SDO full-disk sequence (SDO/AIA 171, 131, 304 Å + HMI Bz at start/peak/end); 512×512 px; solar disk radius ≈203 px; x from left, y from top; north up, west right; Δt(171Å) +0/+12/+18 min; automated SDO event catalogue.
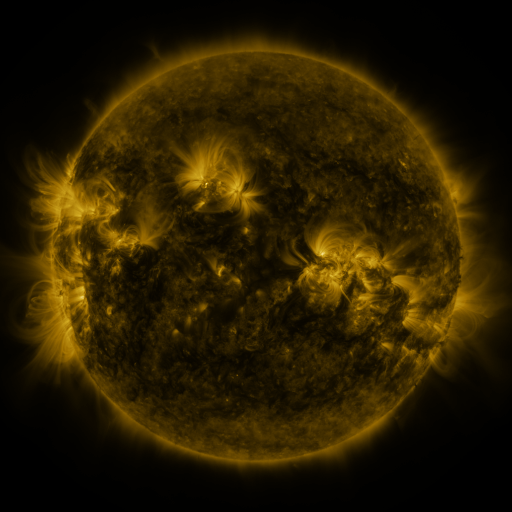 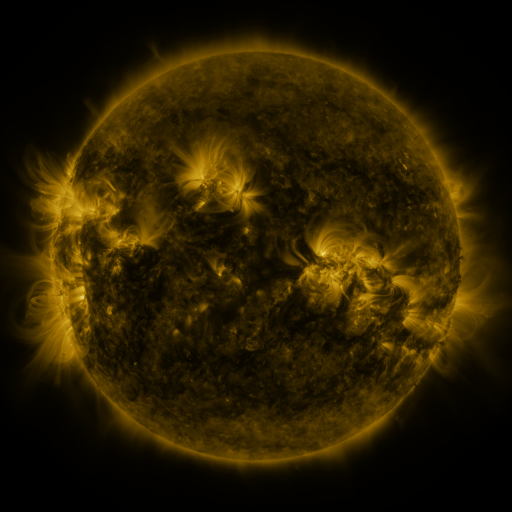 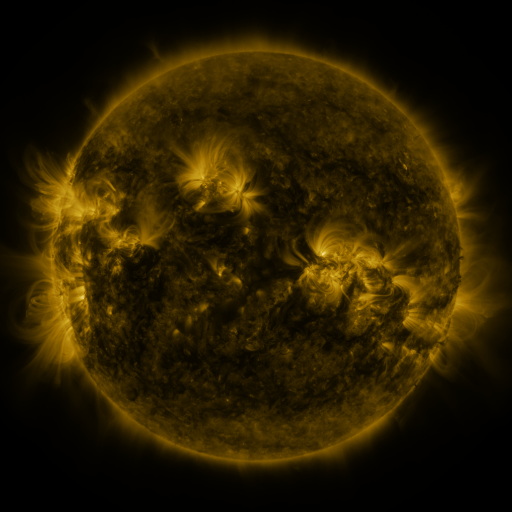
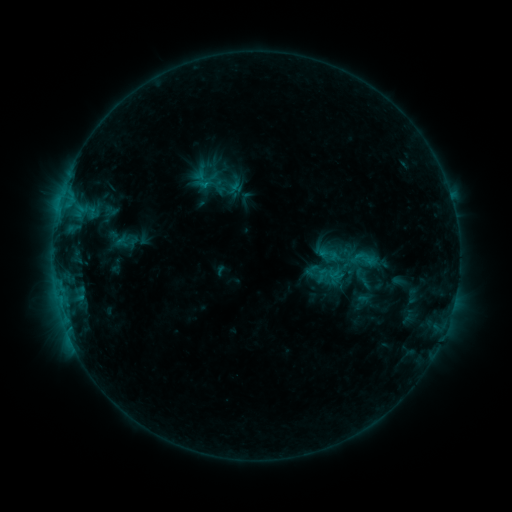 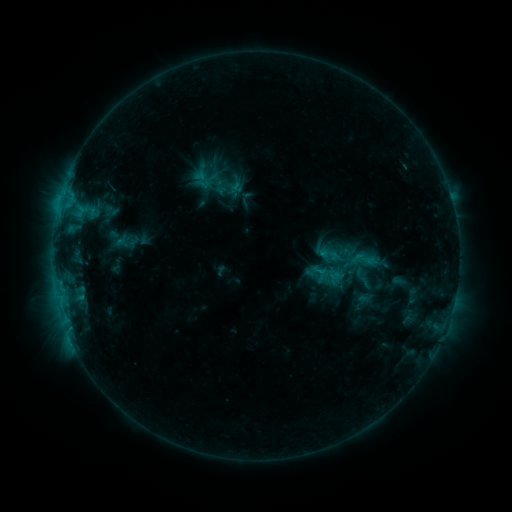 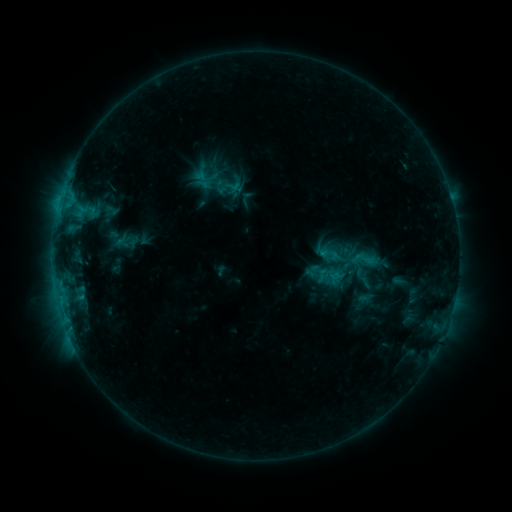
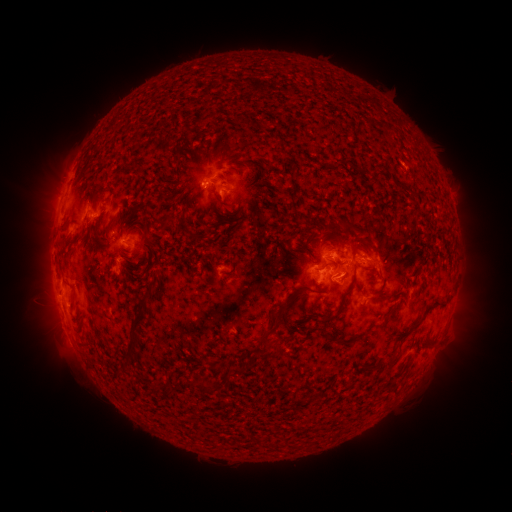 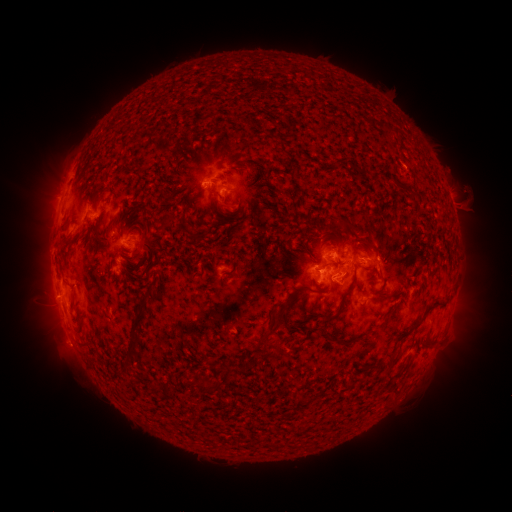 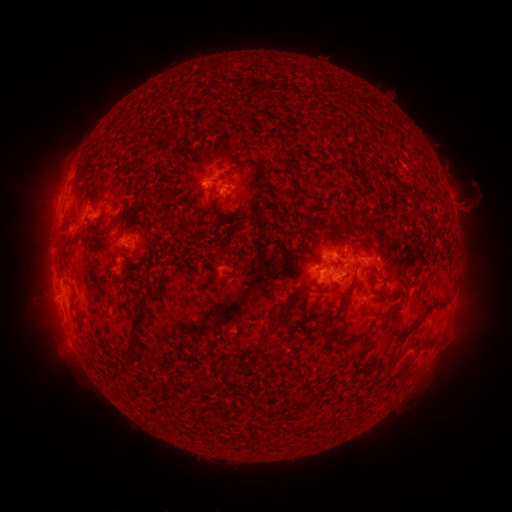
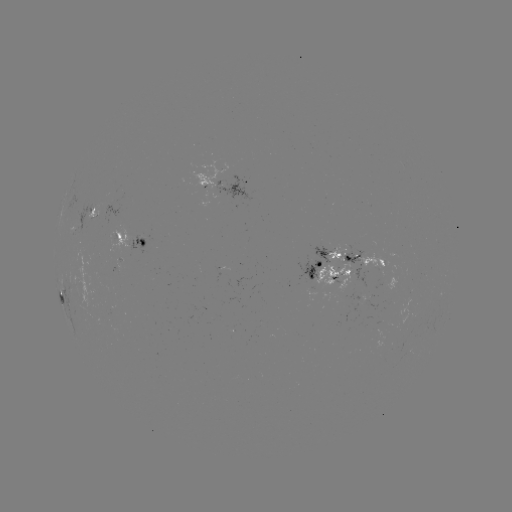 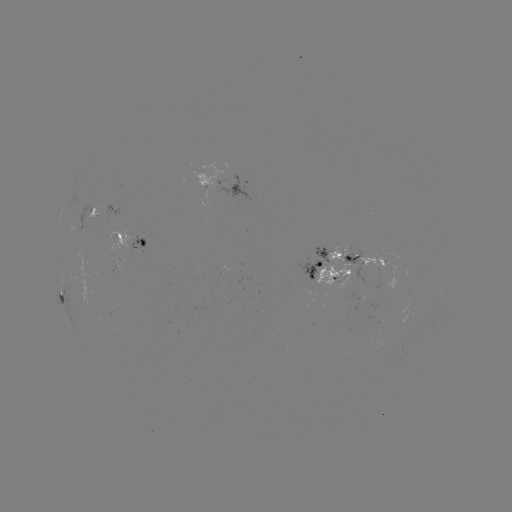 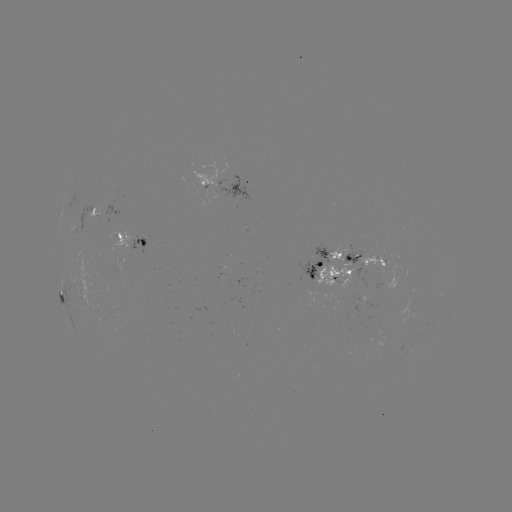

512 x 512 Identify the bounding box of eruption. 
[434, 174, 492, 231].